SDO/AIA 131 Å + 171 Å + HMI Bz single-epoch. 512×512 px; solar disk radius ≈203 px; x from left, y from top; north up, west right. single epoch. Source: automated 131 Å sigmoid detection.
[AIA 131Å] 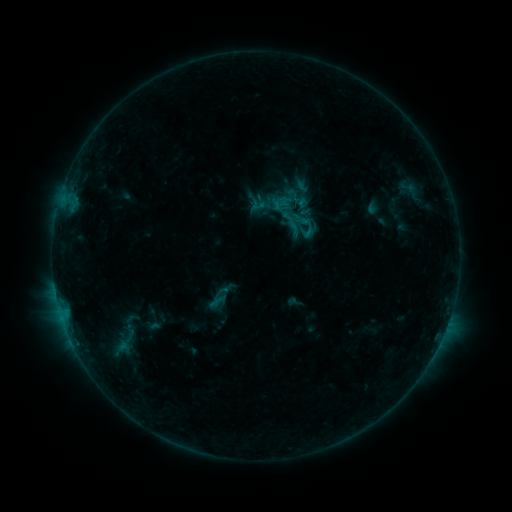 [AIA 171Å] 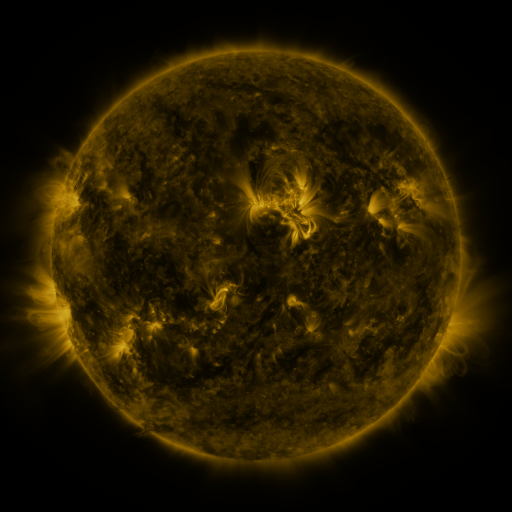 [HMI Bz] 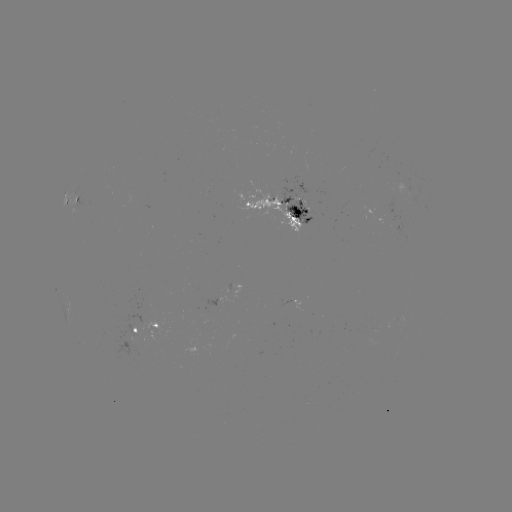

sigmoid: <bbox>274, 197, 293, 215</bbox>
